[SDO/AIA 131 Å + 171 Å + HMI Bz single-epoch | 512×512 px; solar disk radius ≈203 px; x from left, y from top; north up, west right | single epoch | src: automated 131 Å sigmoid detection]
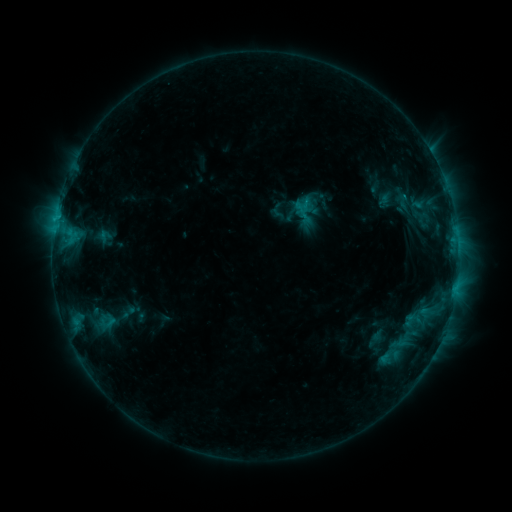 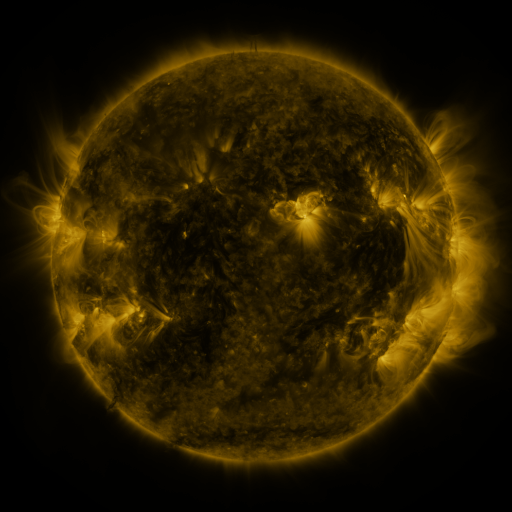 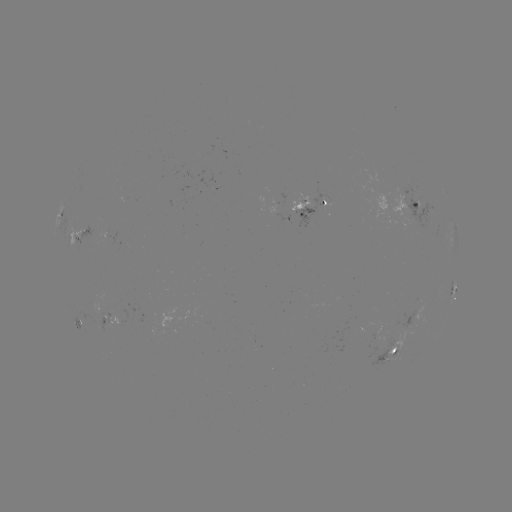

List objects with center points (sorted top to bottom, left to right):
sigmoid: [92, 311, 119, 329]
